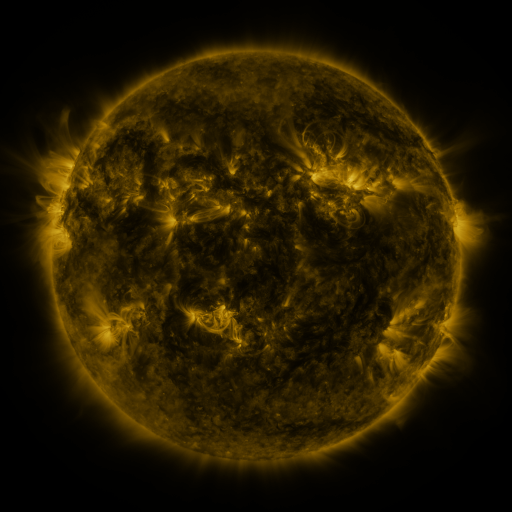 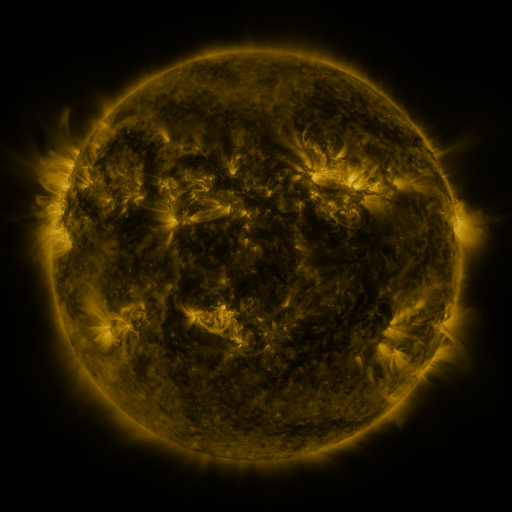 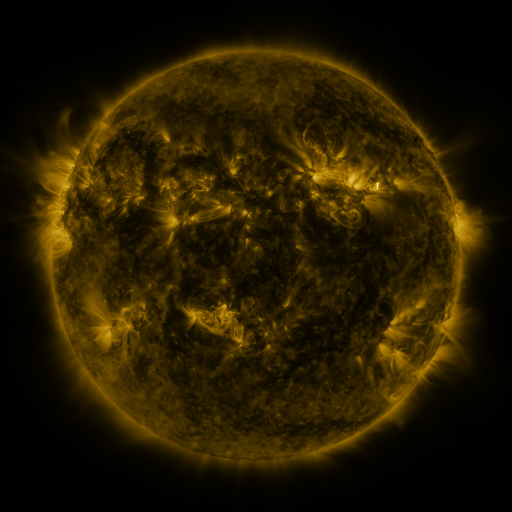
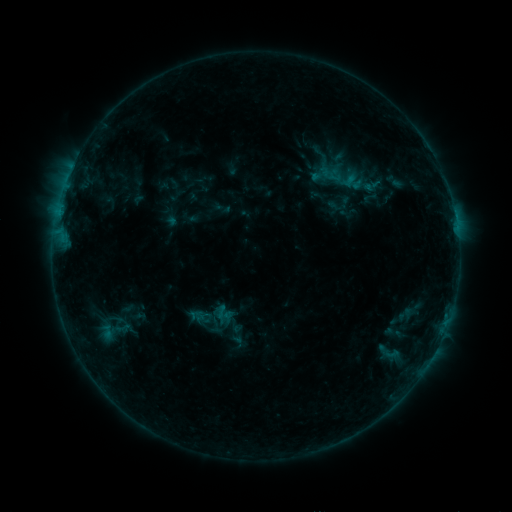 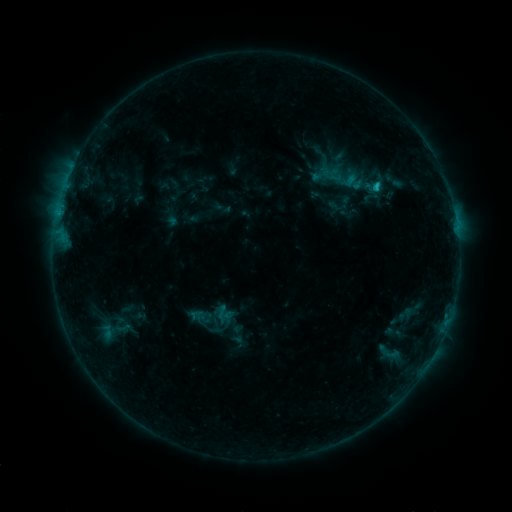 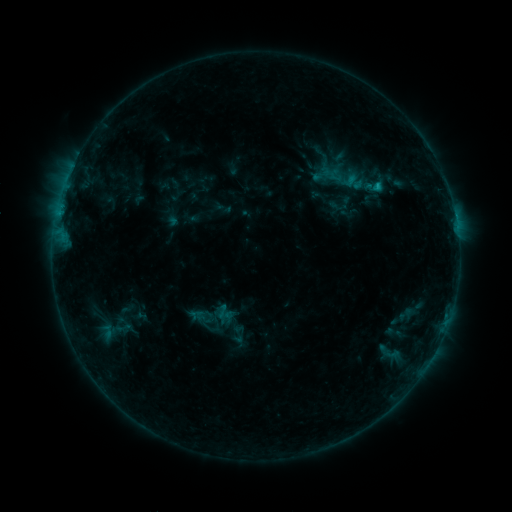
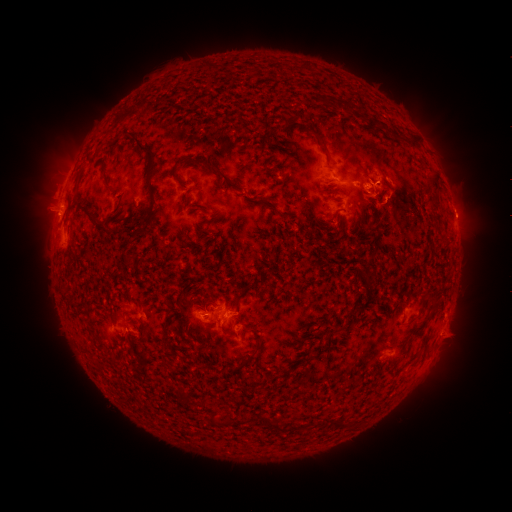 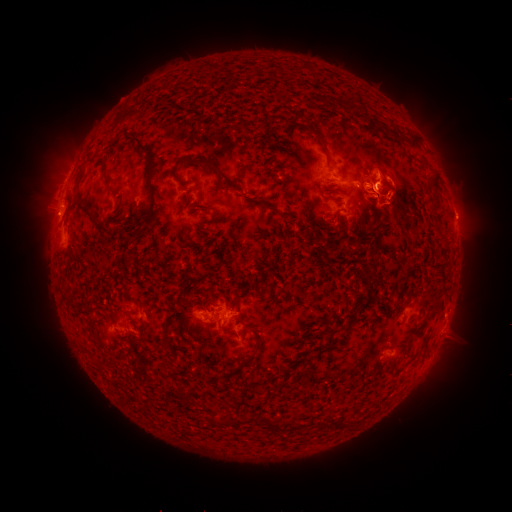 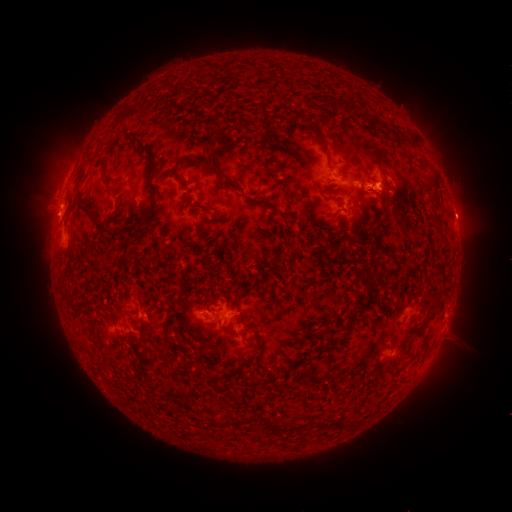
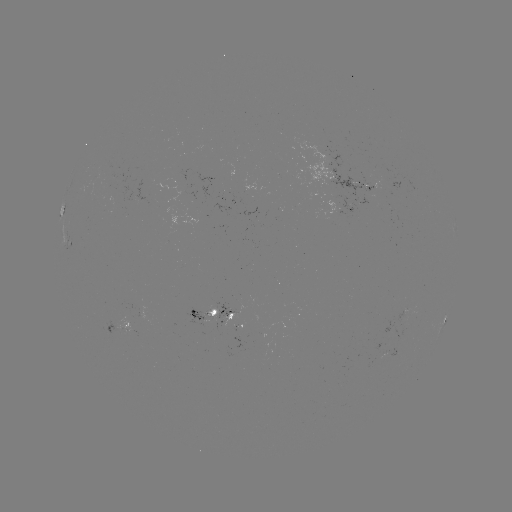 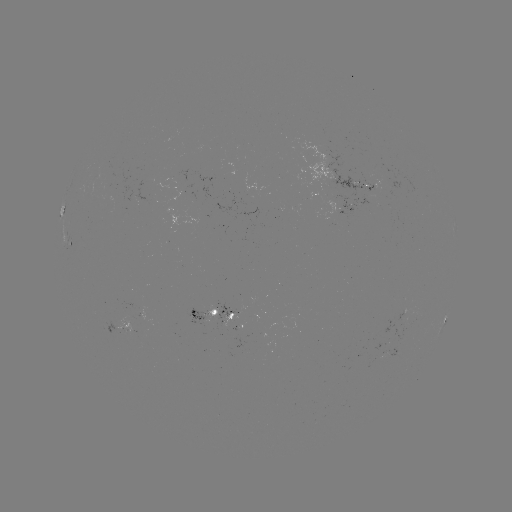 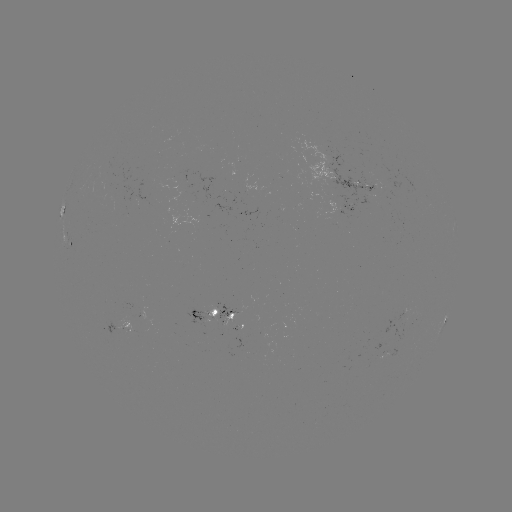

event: flare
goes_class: B9.8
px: (375, 189)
